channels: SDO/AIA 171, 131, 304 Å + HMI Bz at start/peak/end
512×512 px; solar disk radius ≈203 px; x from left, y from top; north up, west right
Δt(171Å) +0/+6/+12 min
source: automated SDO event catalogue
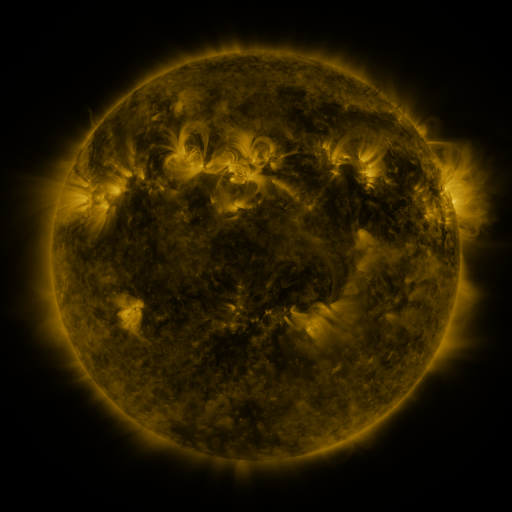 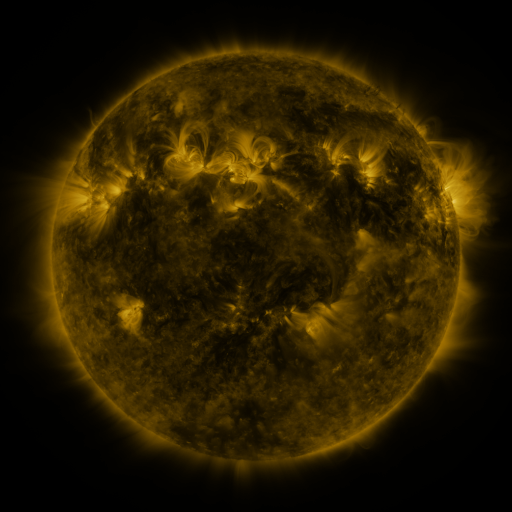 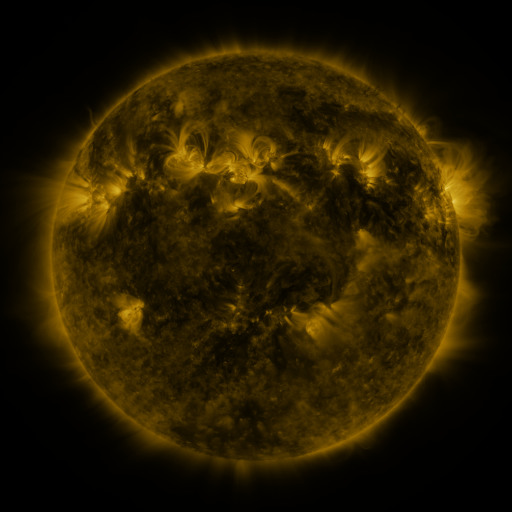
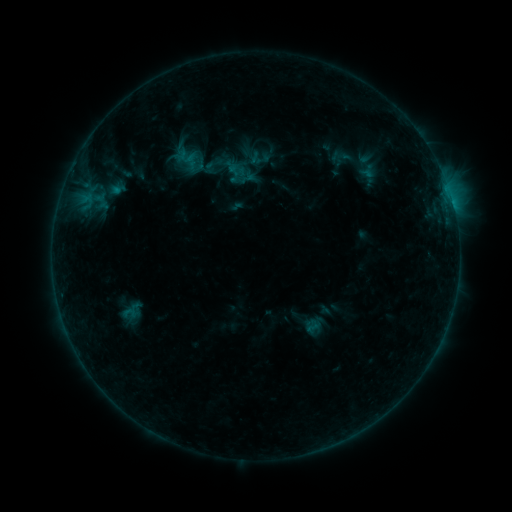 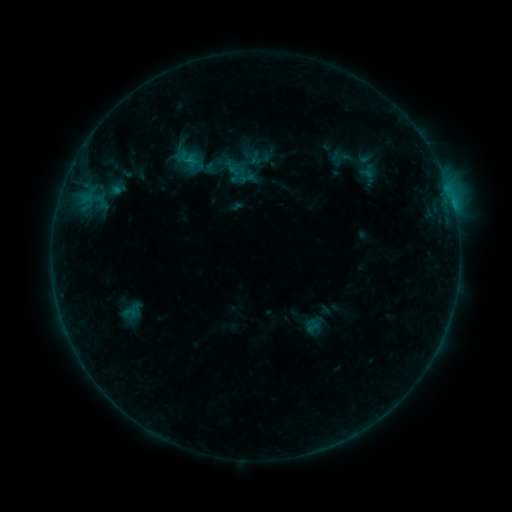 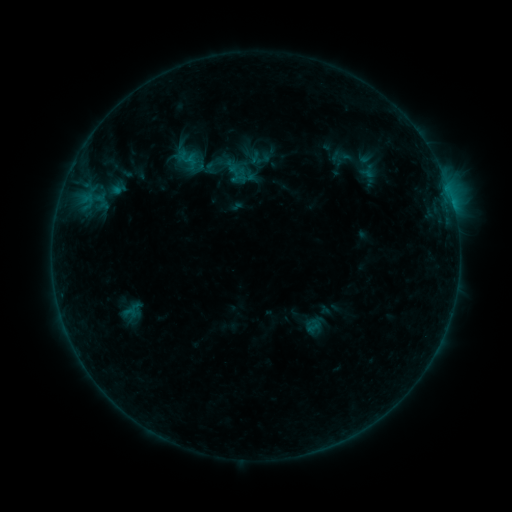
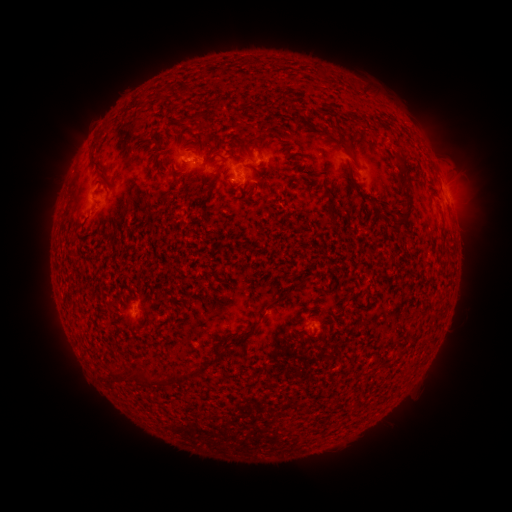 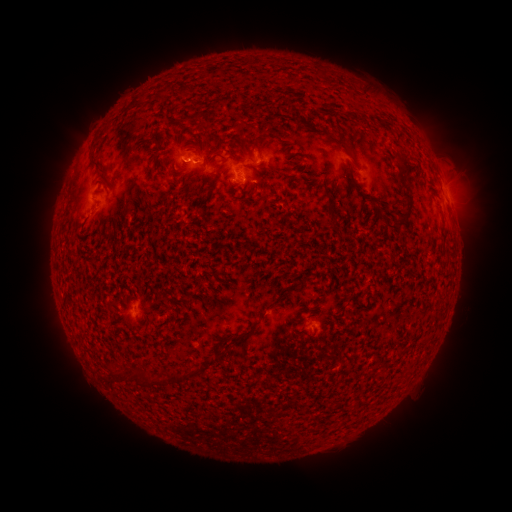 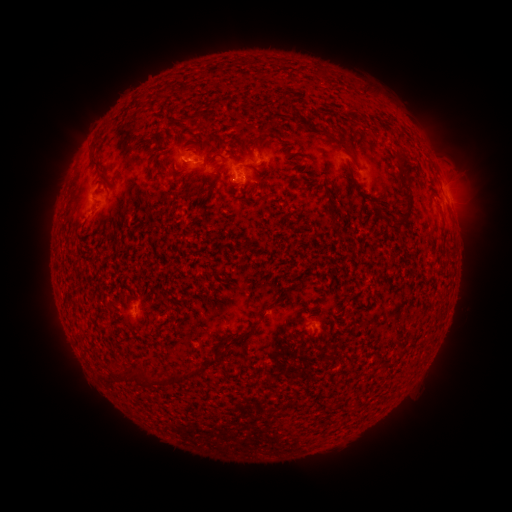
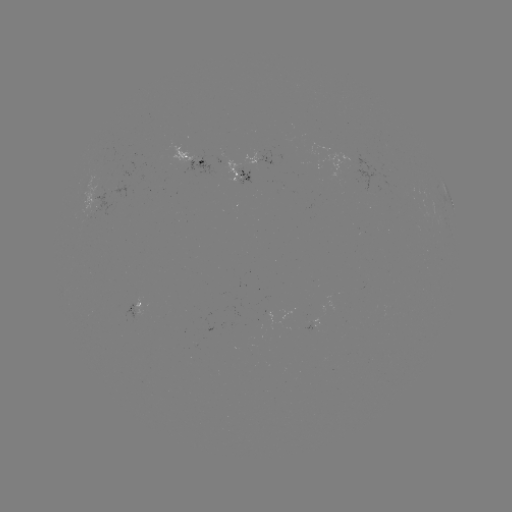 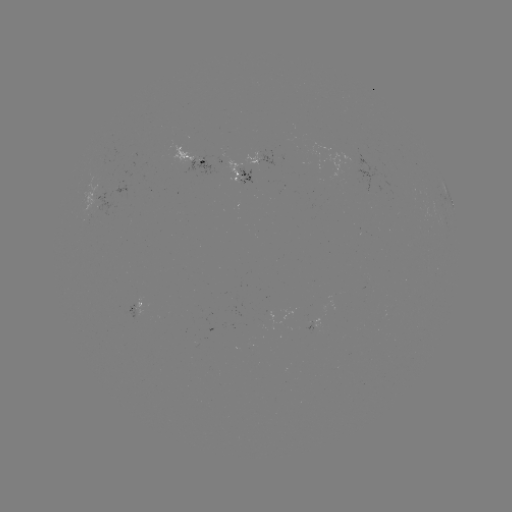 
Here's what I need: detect B4.3 flare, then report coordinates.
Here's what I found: B4.3 flare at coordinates (191, 161).